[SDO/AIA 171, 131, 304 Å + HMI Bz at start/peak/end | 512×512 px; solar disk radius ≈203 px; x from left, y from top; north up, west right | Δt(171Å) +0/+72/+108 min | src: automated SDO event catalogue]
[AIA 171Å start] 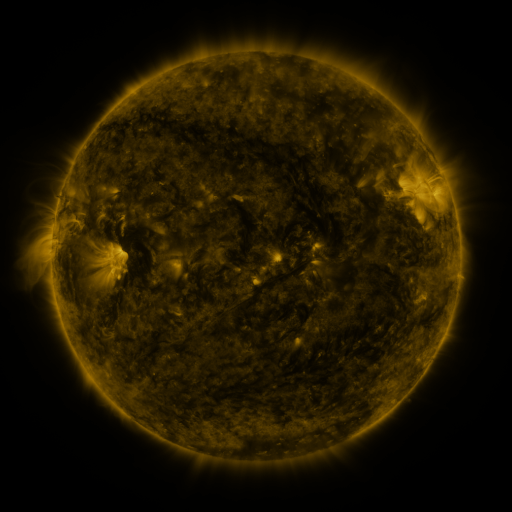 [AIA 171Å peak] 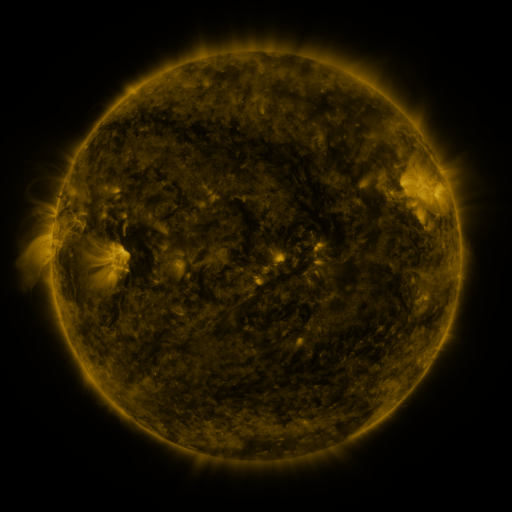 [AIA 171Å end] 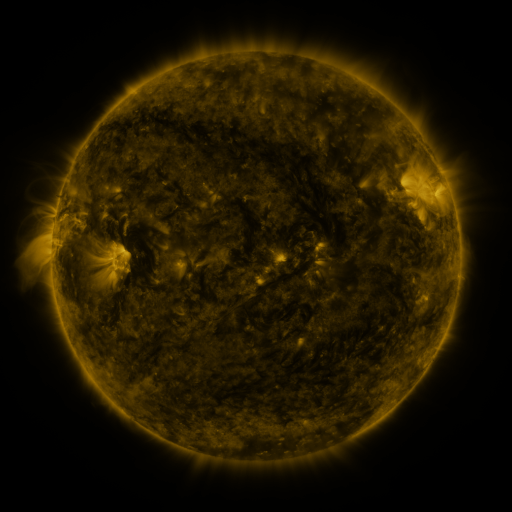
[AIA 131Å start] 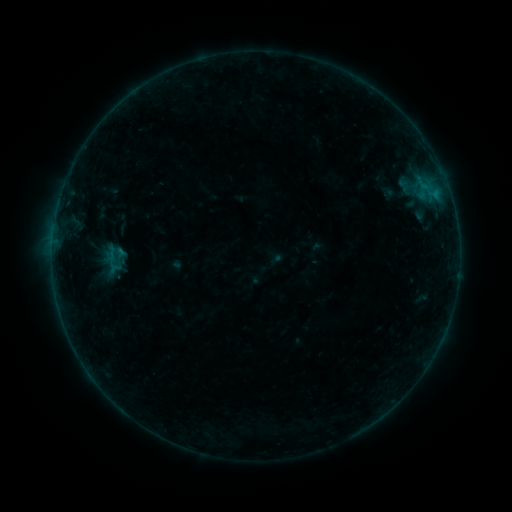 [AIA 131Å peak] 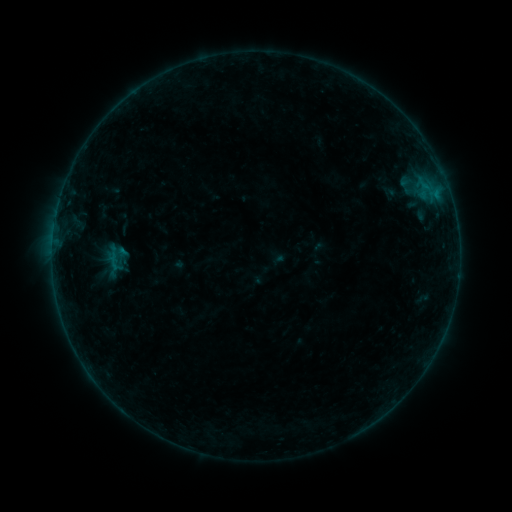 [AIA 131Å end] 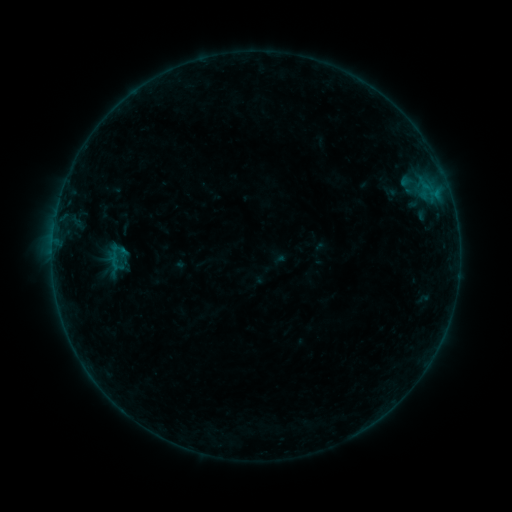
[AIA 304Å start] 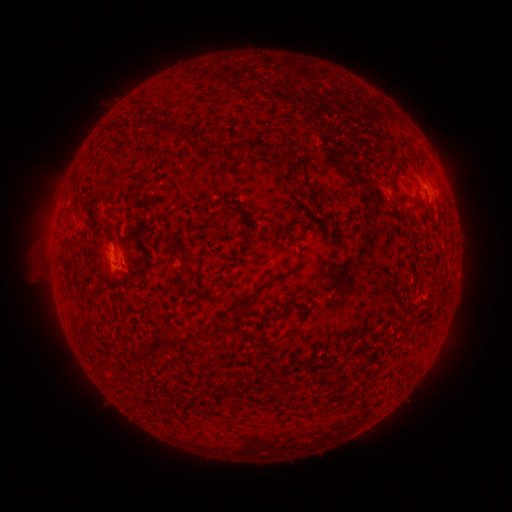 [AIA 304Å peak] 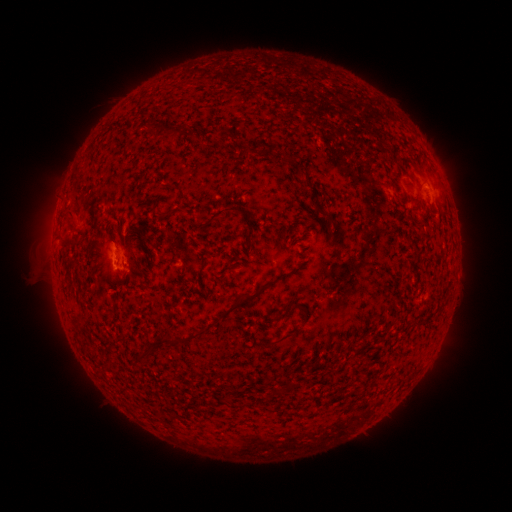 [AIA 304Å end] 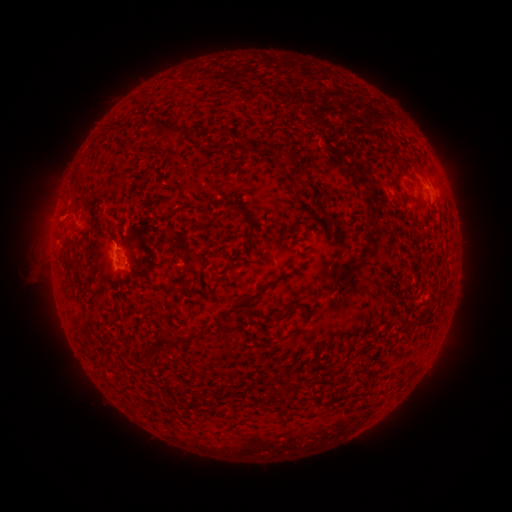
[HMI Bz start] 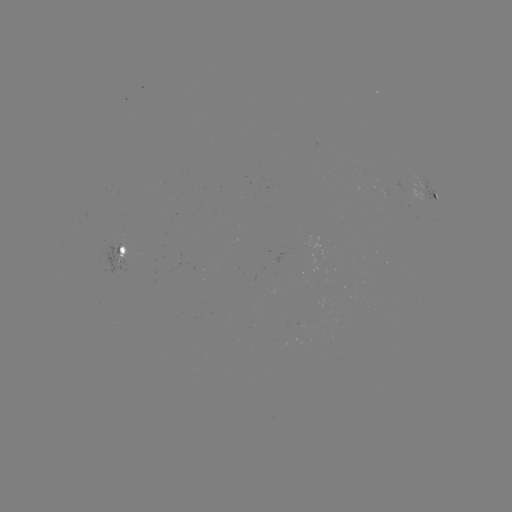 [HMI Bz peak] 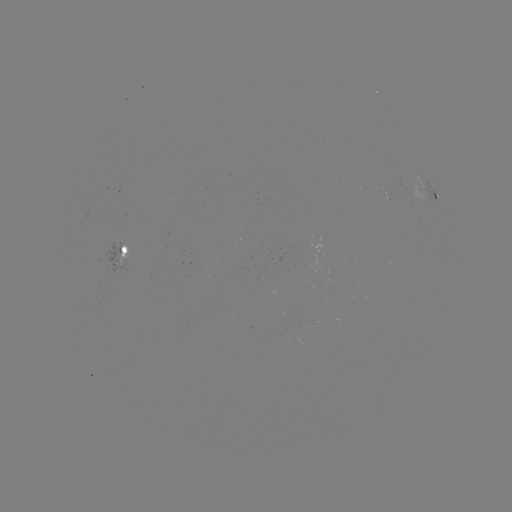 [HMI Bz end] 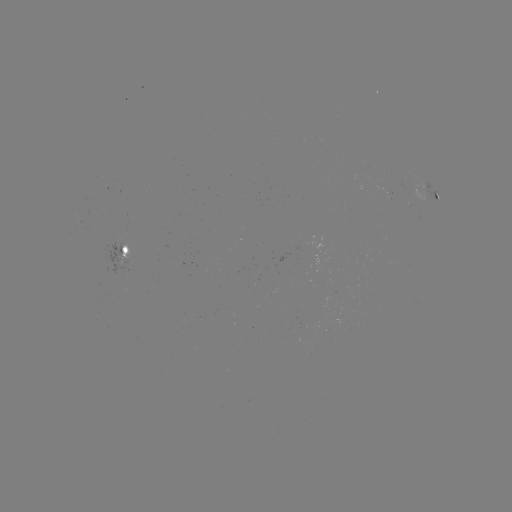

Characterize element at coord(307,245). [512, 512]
emerging-flux region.